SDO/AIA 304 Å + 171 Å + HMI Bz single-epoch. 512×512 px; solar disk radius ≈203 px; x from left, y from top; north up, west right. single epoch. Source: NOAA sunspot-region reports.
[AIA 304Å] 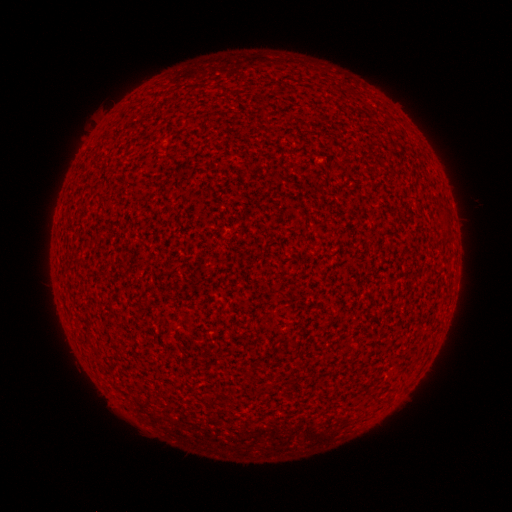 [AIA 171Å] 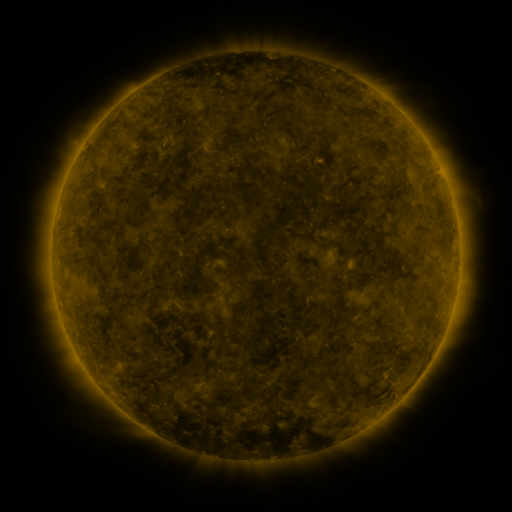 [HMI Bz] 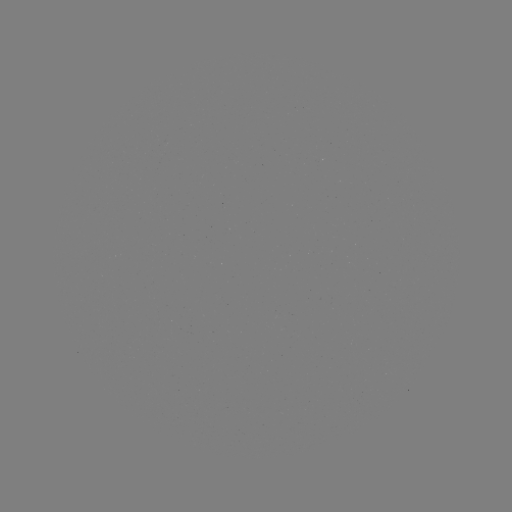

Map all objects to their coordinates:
(none)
